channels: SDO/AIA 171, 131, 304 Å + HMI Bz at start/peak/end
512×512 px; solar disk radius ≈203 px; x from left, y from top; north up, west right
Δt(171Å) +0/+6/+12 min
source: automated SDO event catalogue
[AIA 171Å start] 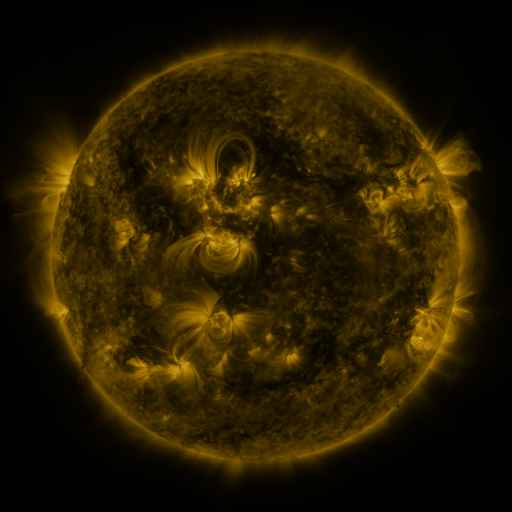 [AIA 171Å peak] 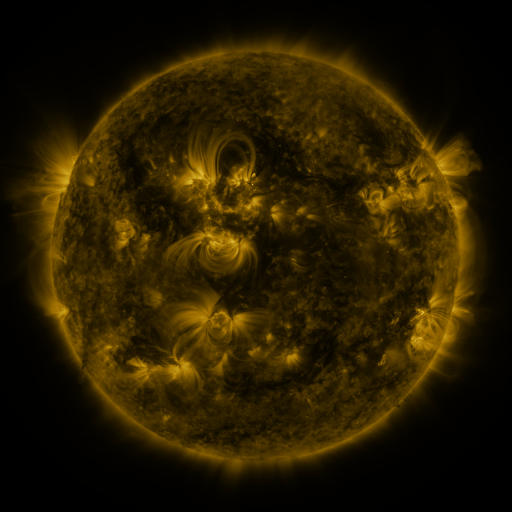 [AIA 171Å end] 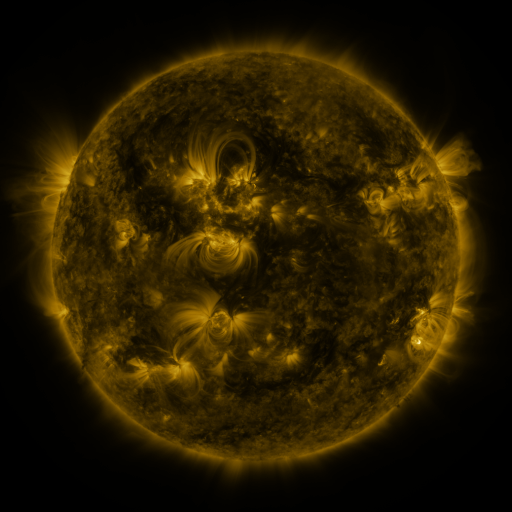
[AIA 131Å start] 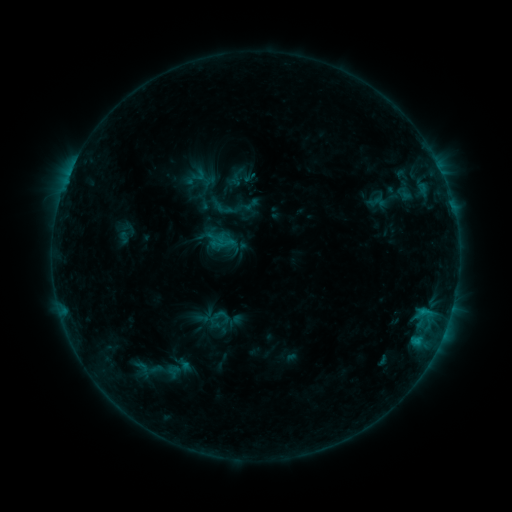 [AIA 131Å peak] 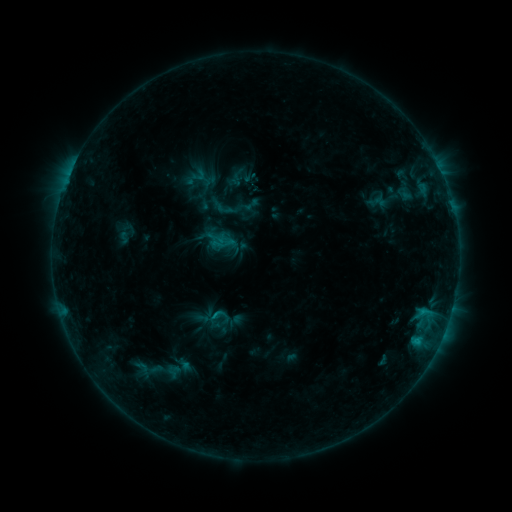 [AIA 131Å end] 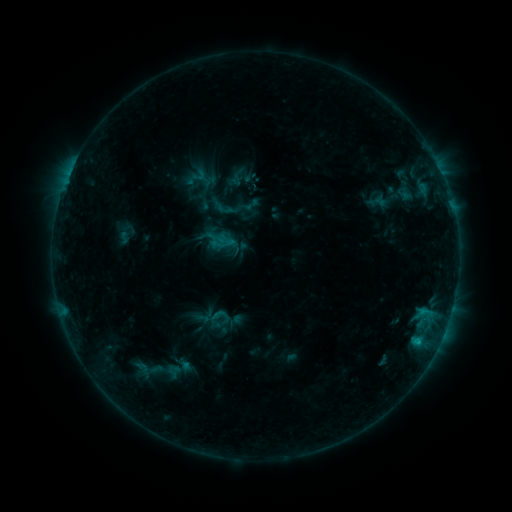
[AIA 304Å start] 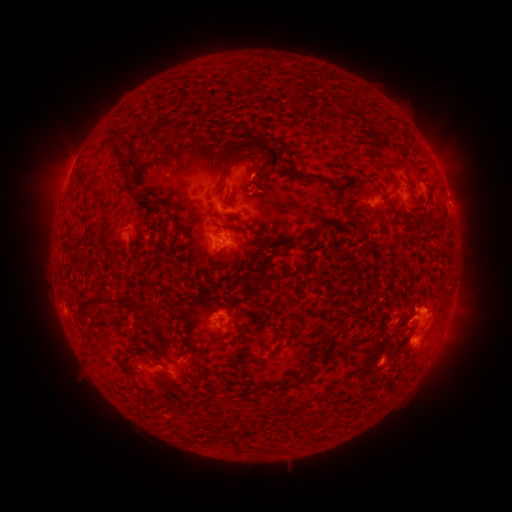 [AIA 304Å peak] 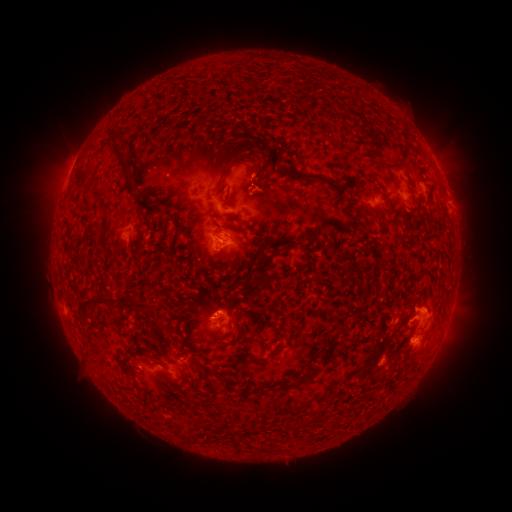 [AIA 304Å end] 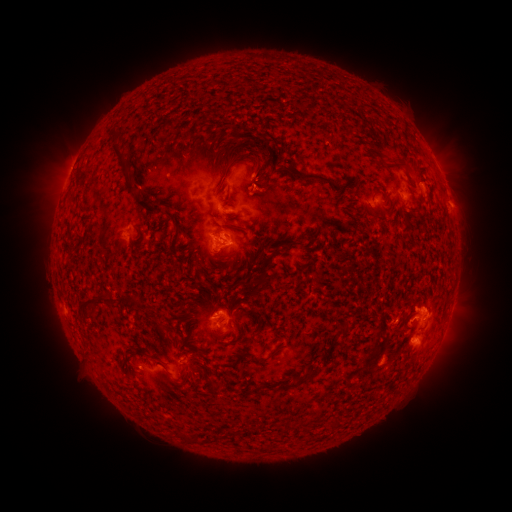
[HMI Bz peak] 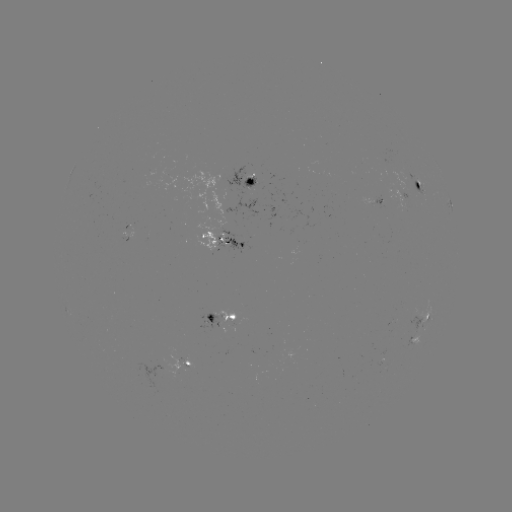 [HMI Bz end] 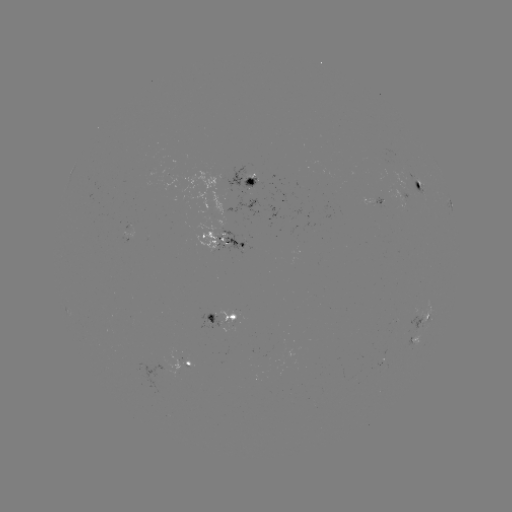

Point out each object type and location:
eruption: (271, 191)
